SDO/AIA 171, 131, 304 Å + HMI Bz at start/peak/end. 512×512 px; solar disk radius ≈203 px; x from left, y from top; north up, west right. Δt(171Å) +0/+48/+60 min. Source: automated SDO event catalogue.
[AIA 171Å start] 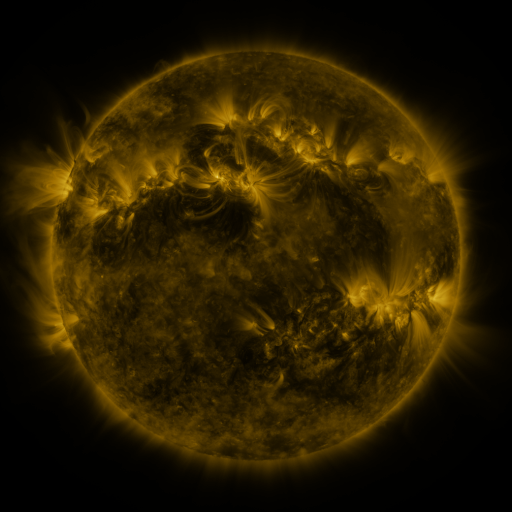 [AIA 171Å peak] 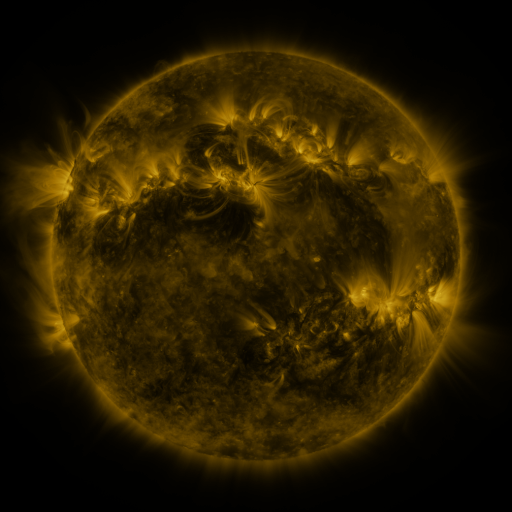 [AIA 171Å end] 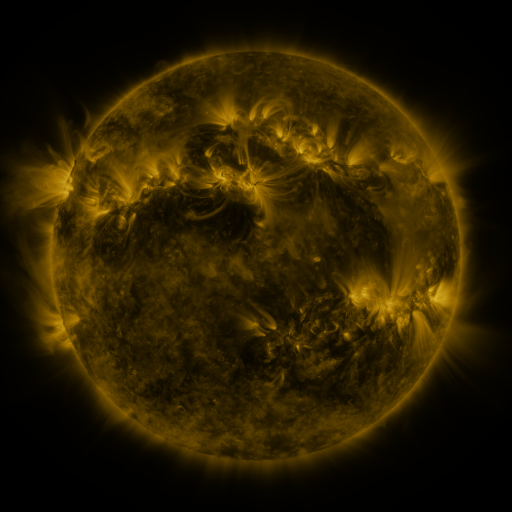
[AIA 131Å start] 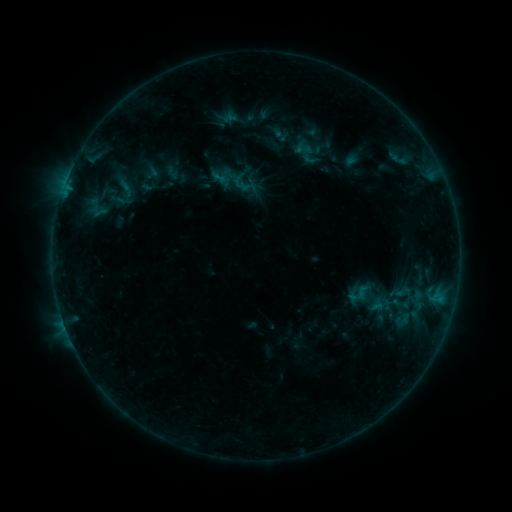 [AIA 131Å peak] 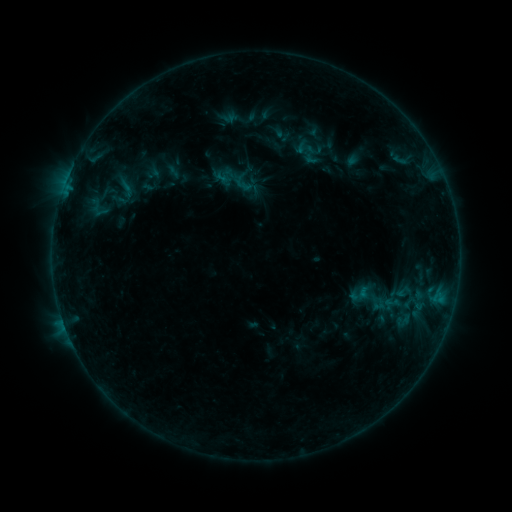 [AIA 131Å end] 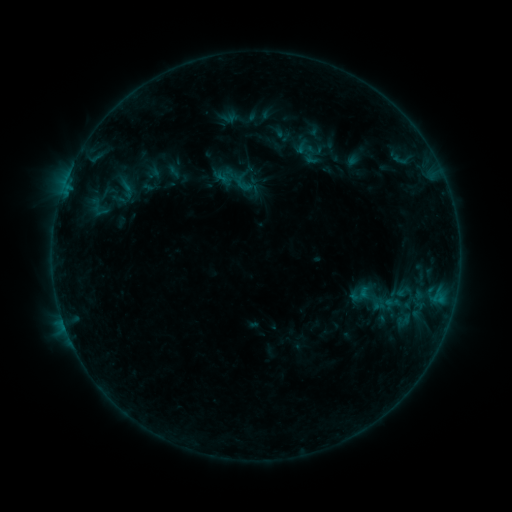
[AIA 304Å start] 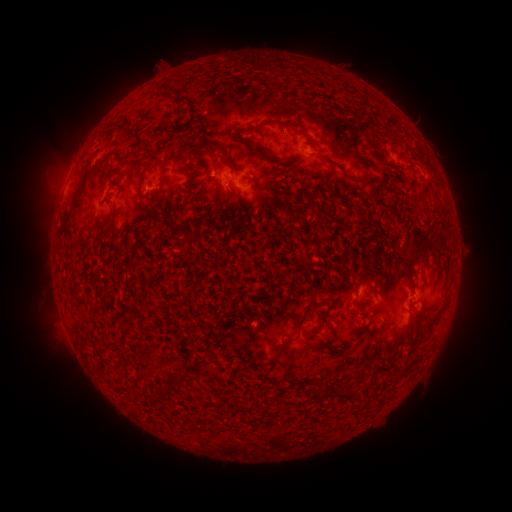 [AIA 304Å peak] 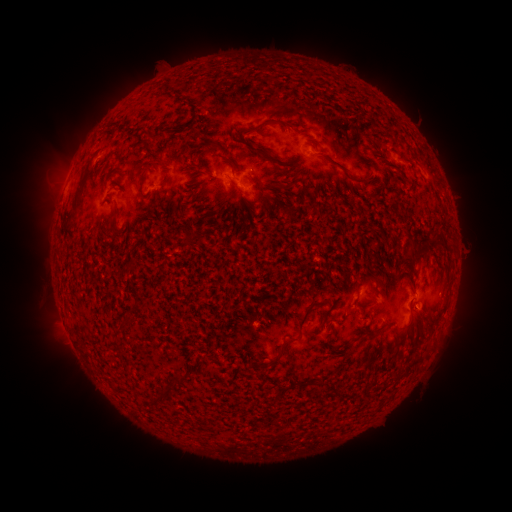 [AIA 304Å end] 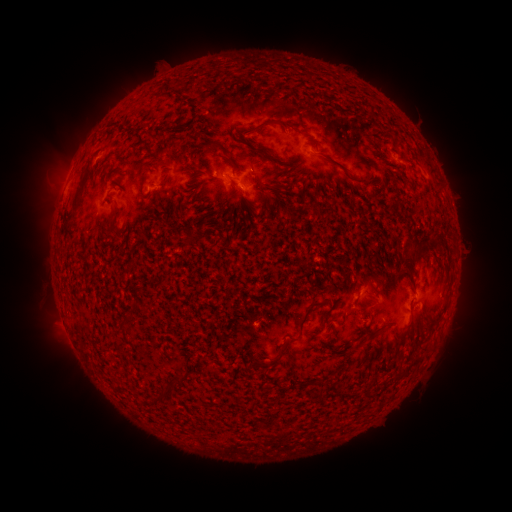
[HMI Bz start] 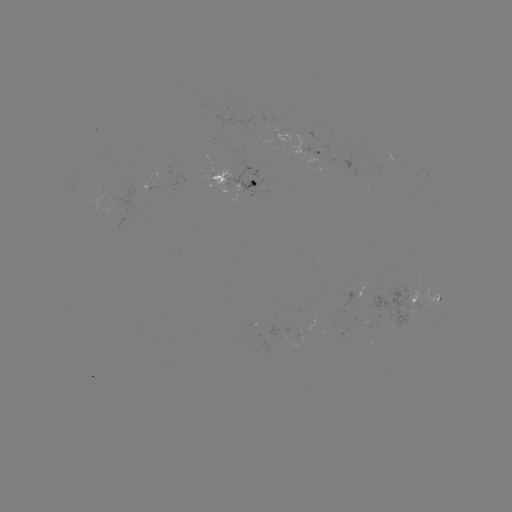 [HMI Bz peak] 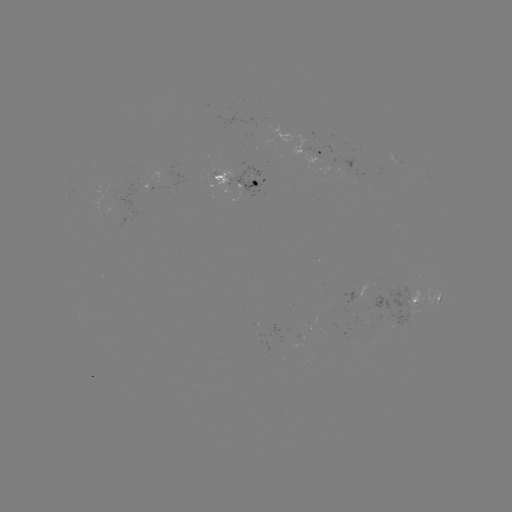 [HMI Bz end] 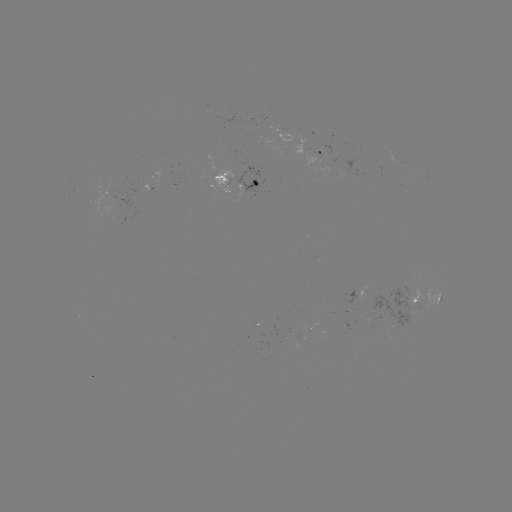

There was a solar emerging-flux region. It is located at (396, 316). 